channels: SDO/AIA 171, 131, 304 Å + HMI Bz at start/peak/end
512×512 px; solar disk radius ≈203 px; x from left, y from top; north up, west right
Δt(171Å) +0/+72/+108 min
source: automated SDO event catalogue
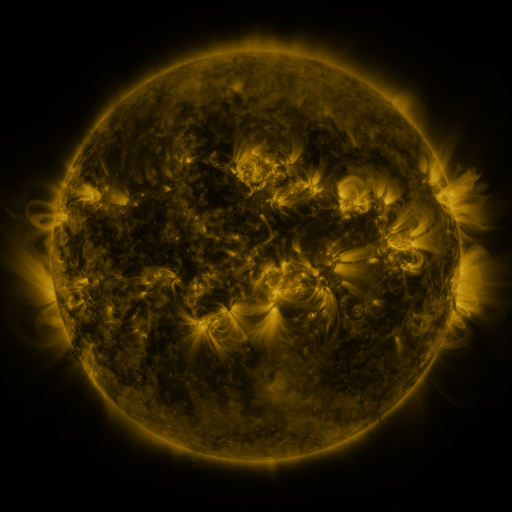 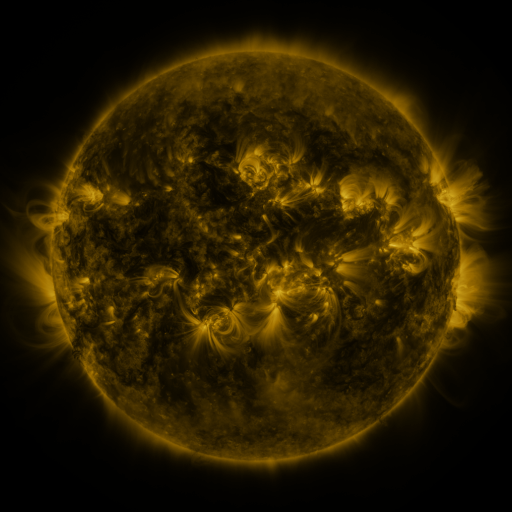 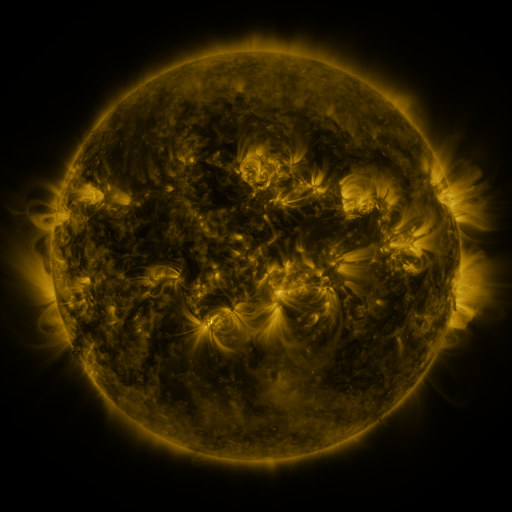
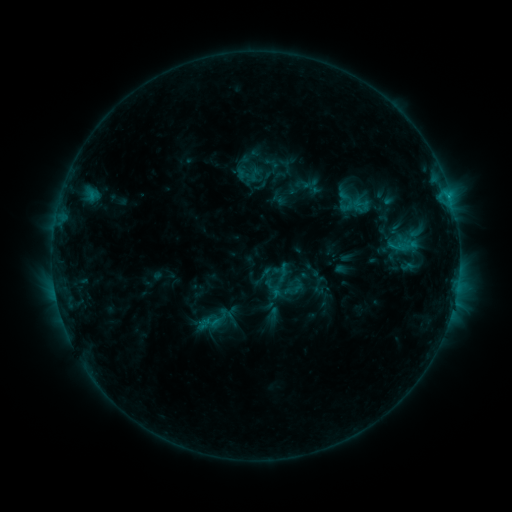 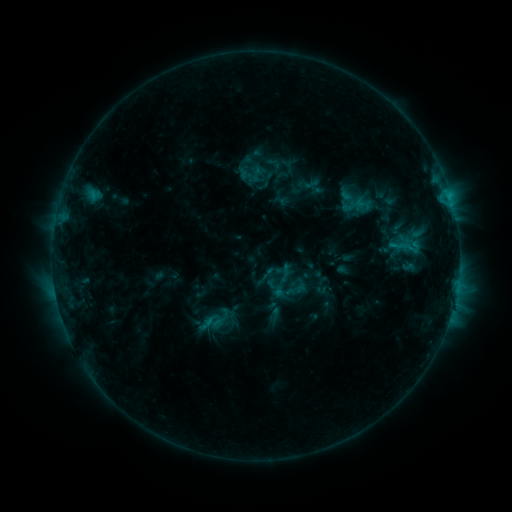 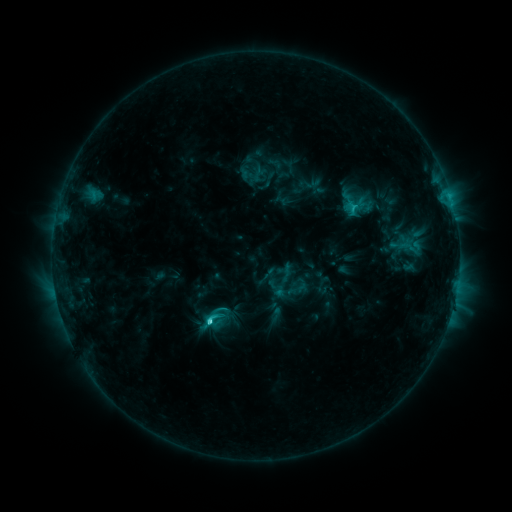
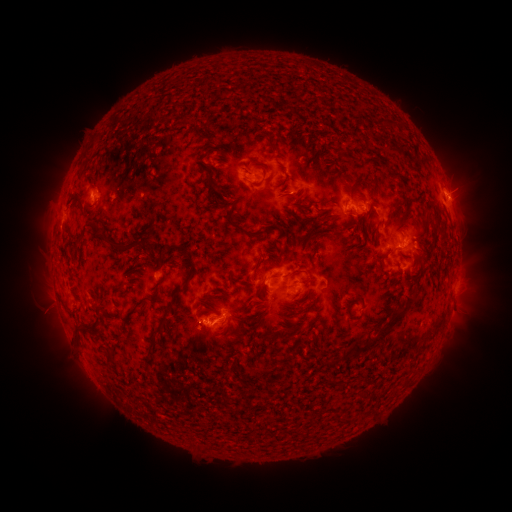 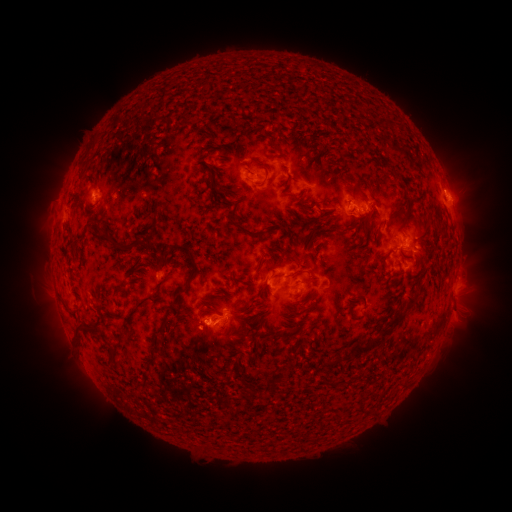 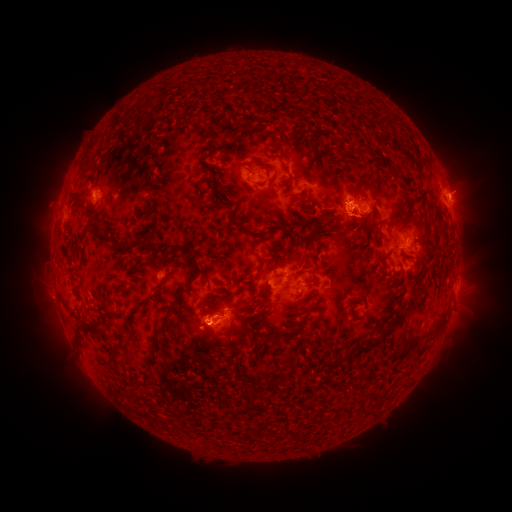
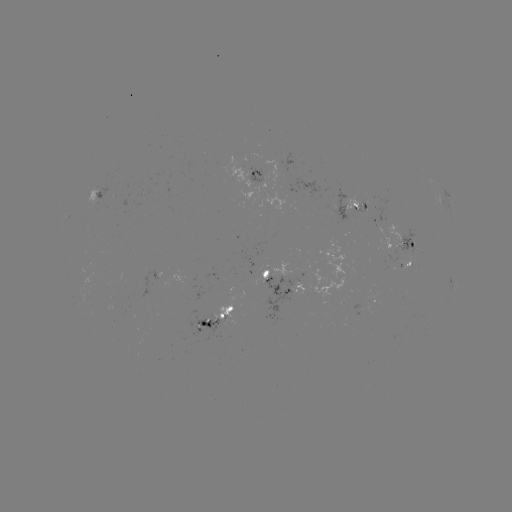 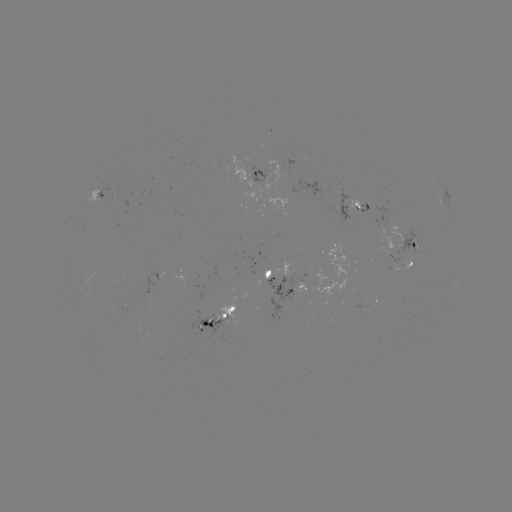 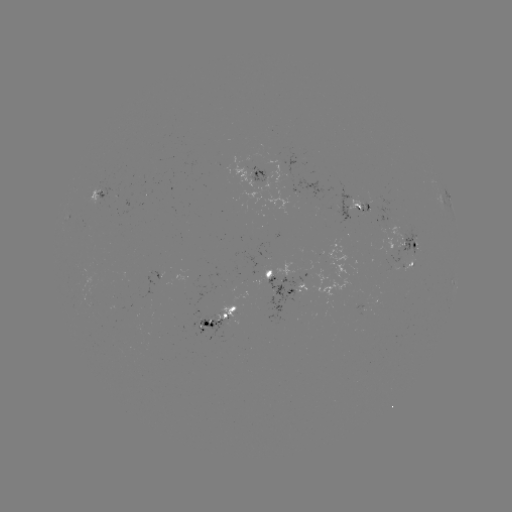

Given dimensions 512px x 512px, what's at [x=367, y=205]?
emerging-flux region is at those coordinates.